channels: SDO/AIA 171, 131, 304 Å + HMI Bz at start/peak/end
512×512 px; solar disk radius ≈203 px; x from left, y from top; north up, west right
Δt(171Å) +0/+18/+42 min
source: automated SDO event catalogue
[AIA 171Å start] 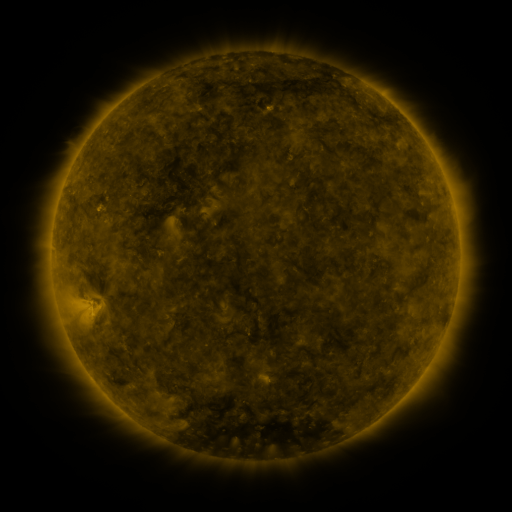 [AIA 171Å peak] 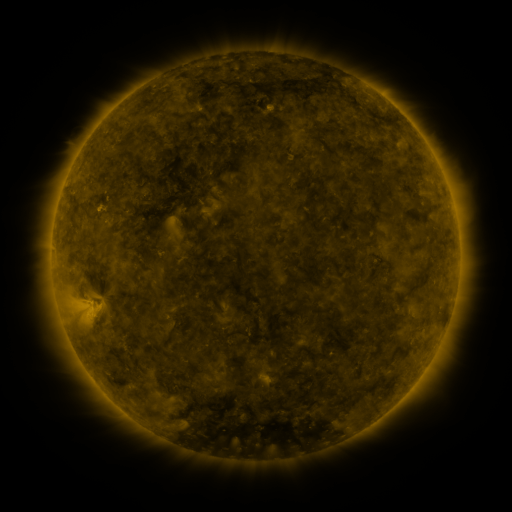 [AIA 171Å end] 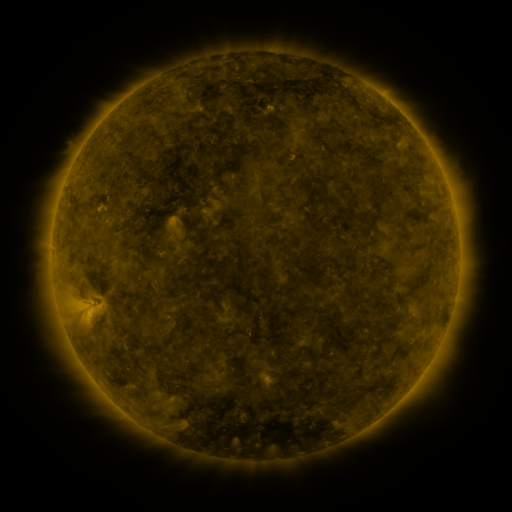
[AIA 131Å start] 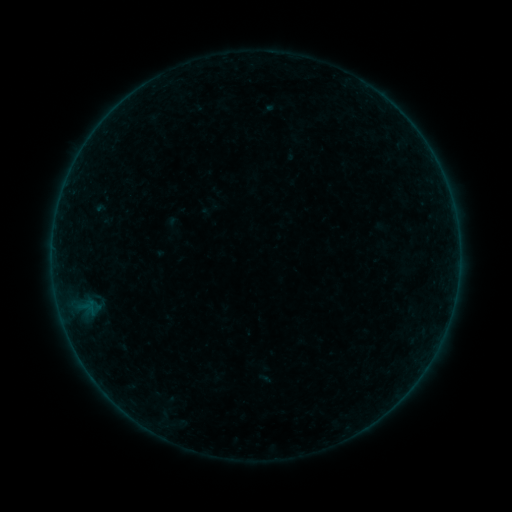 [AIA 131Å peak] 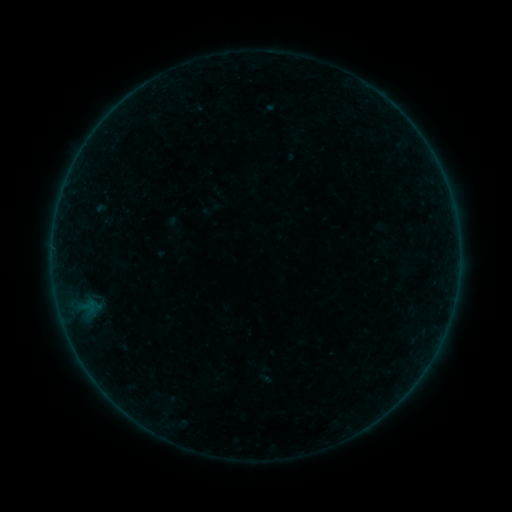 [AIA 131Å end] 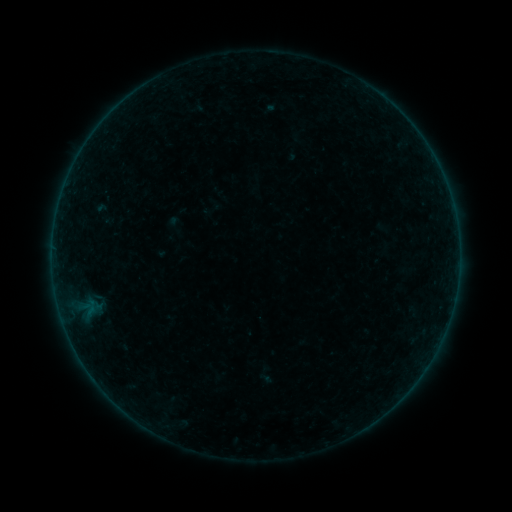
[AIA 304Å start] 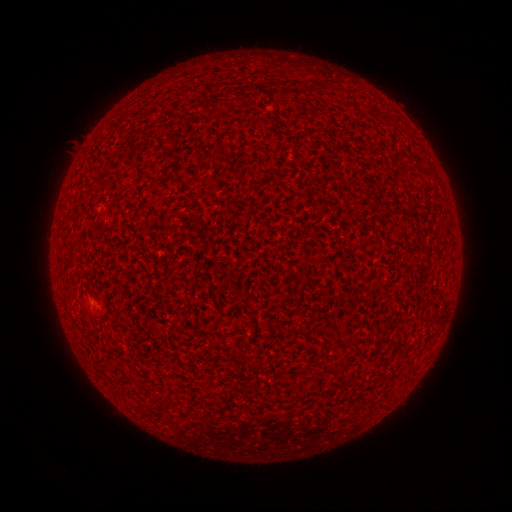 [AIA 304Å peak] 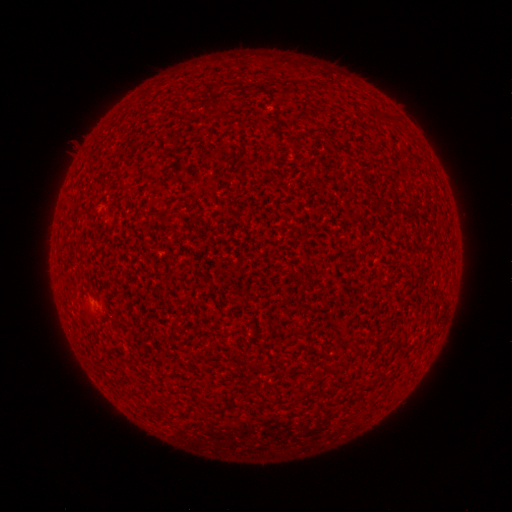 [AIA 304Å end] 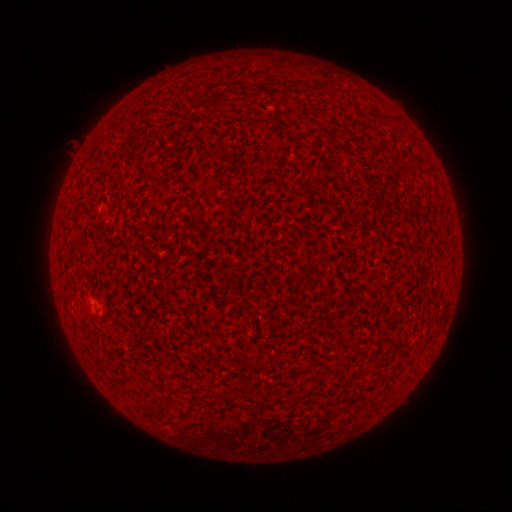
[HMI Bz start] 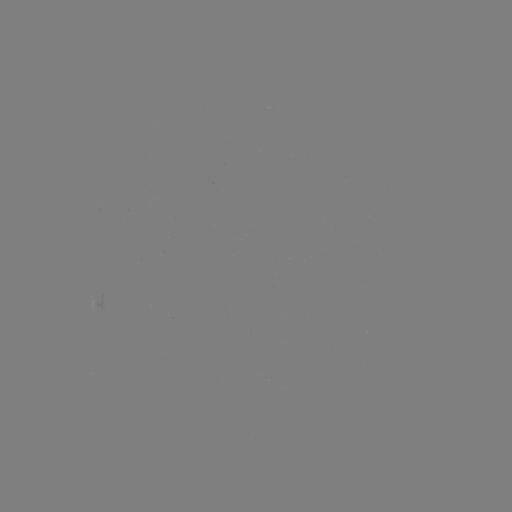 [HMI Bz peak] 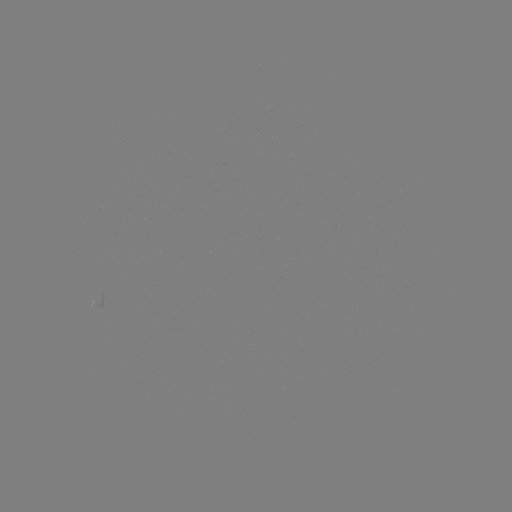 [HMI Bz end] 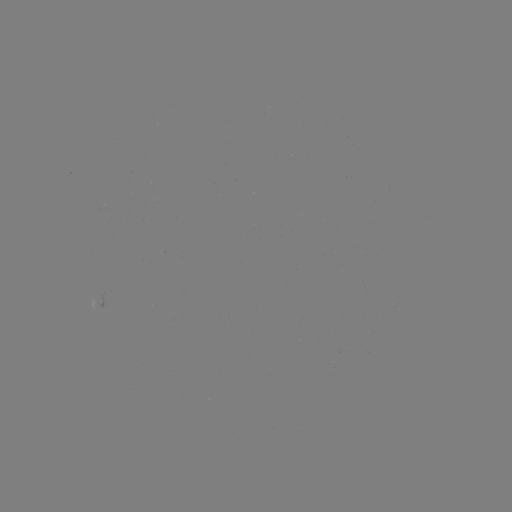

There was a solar flare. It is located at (92, 308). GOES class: A2.2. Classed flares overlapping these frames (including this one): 1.